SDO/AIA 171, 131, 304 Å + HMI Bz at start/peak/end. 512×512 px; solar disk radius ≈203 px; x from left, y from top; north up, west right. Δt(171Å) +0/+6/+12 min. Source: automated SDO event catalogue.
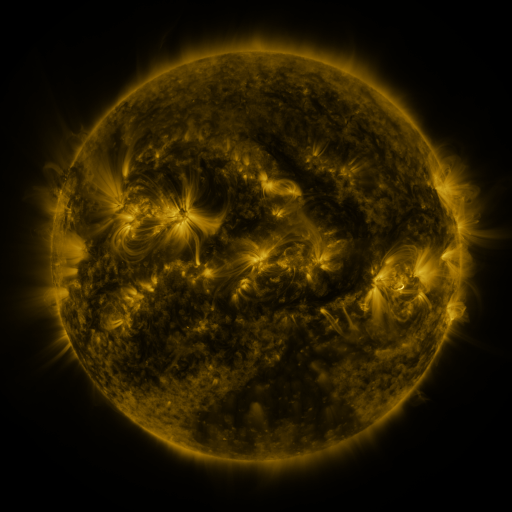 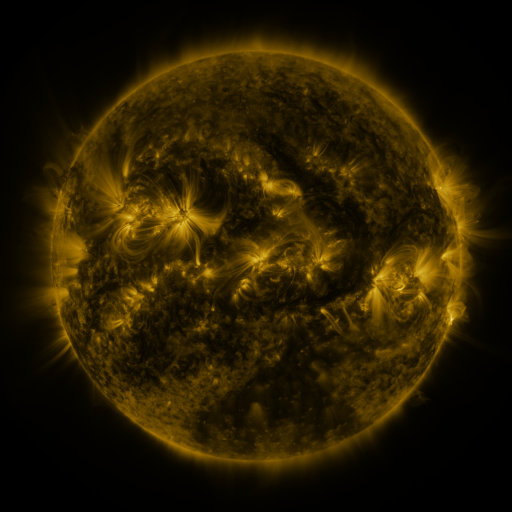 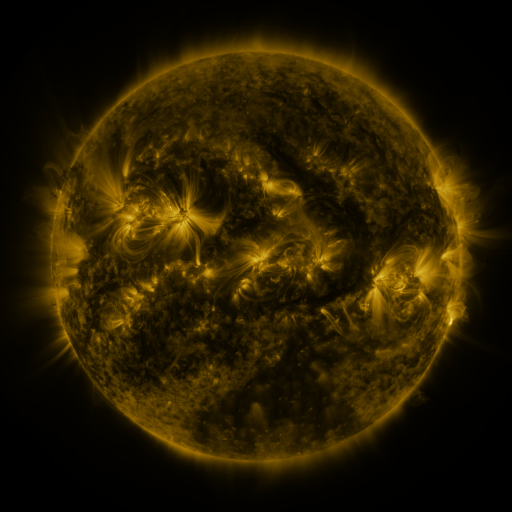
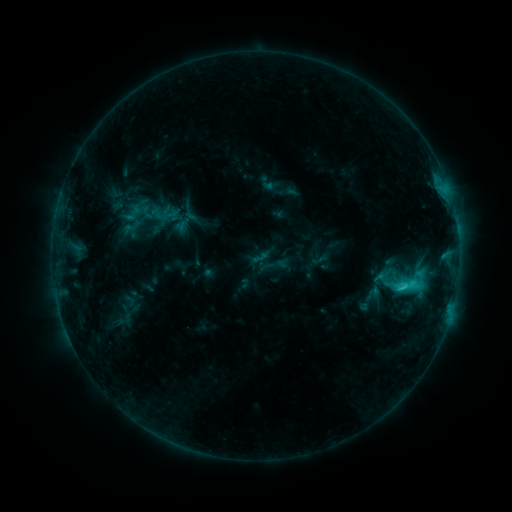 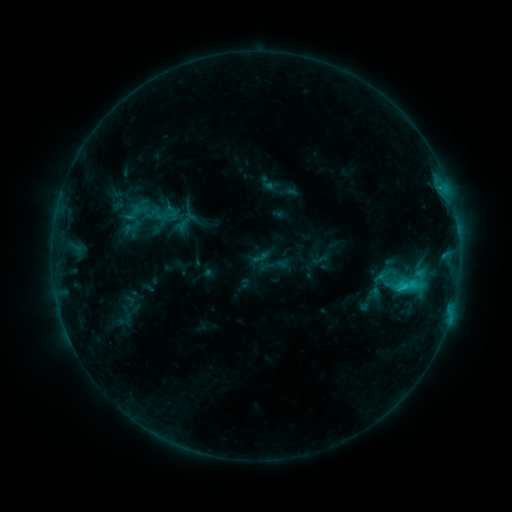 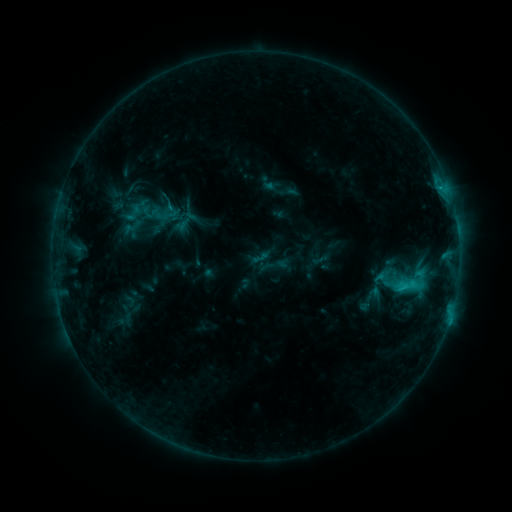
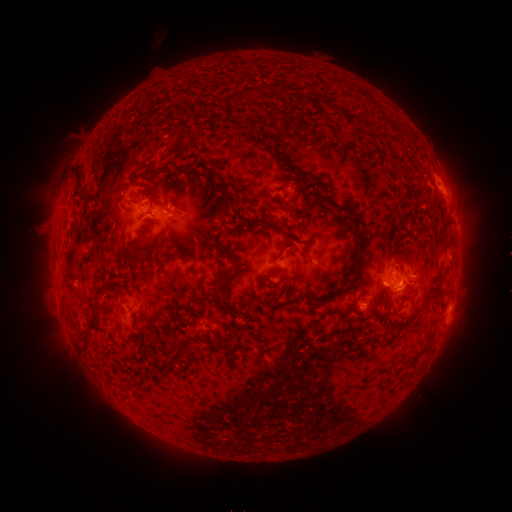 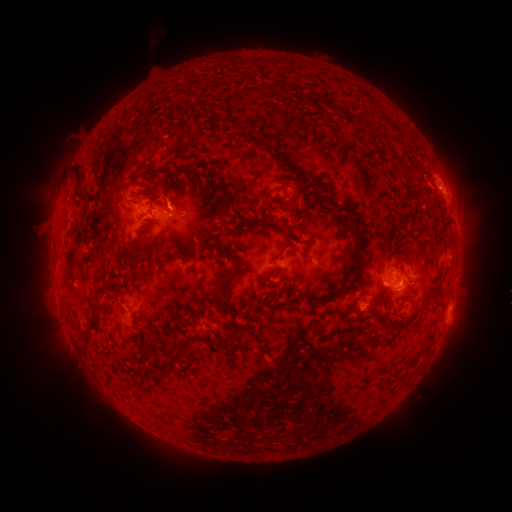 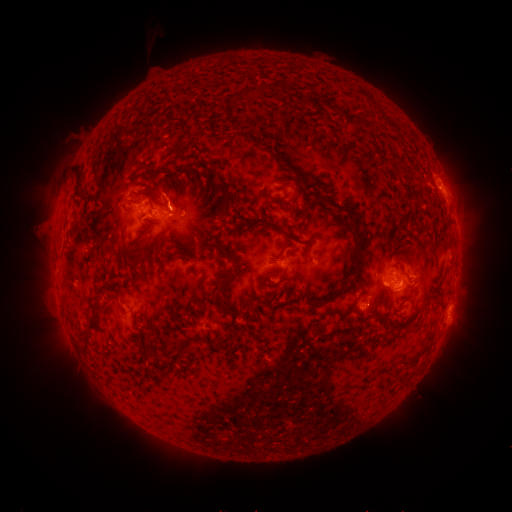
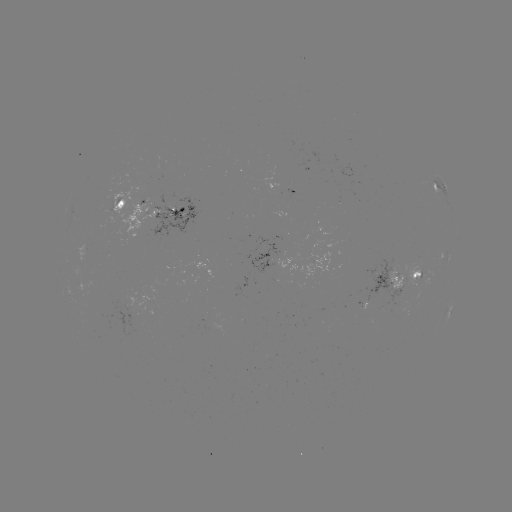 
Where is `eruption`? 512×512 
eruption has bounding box [147, 169, 192, 209].